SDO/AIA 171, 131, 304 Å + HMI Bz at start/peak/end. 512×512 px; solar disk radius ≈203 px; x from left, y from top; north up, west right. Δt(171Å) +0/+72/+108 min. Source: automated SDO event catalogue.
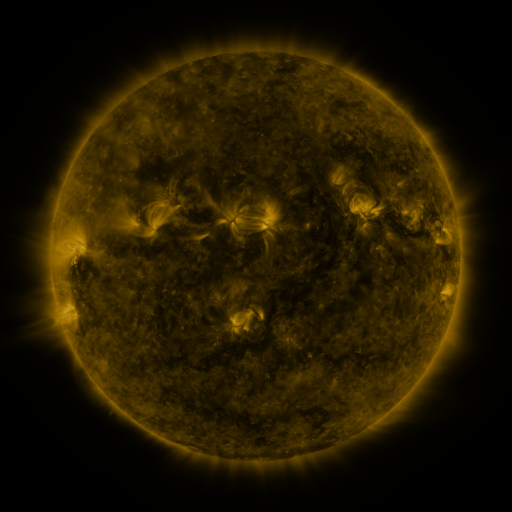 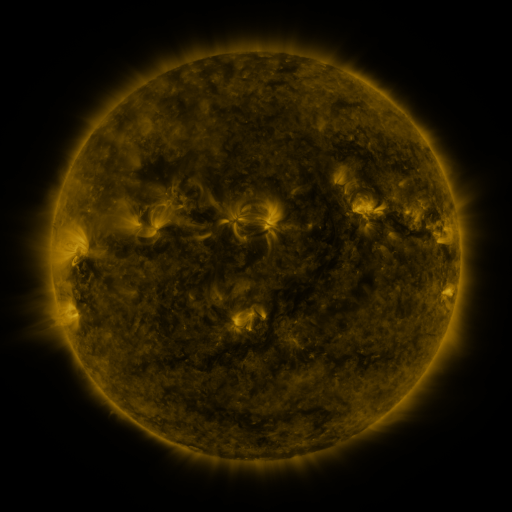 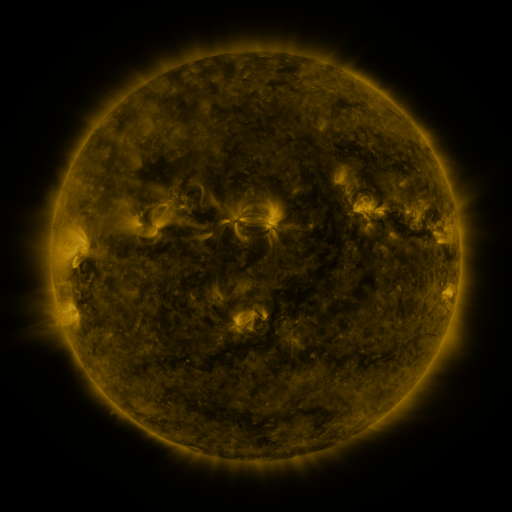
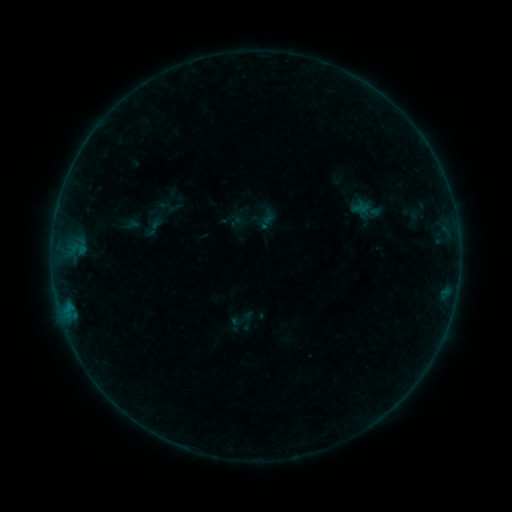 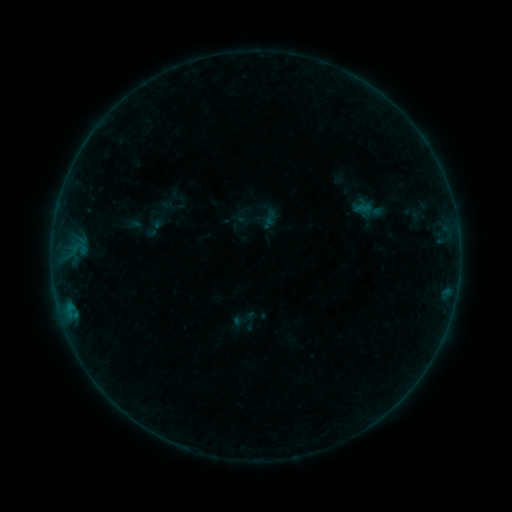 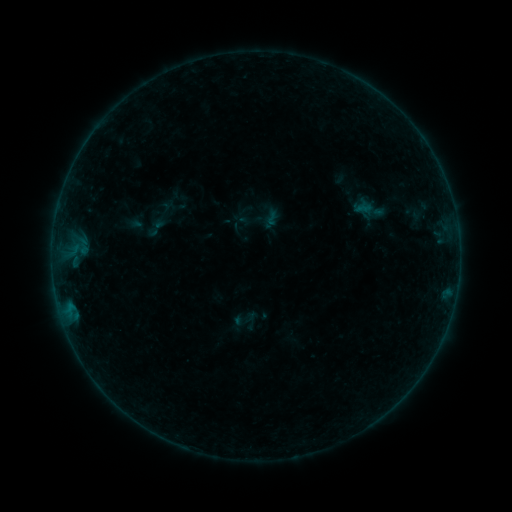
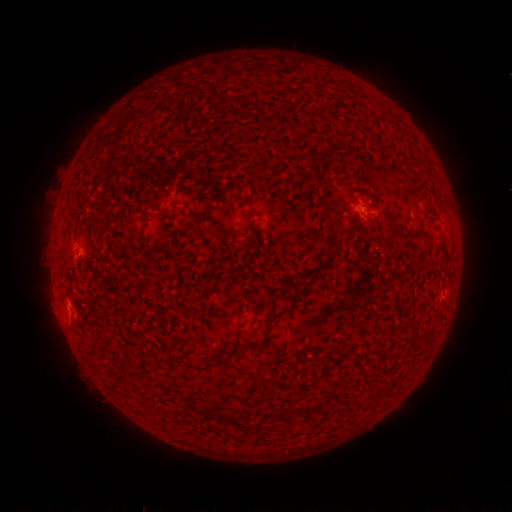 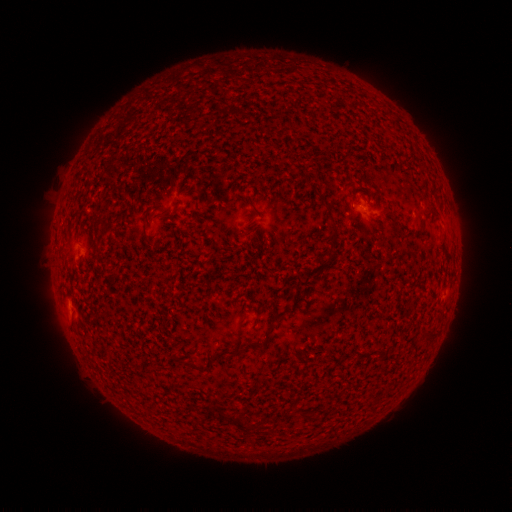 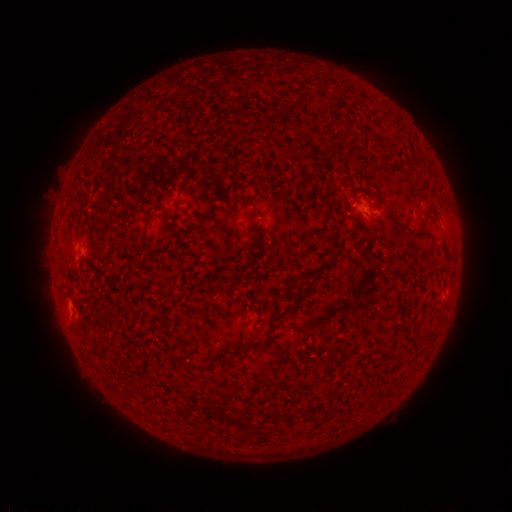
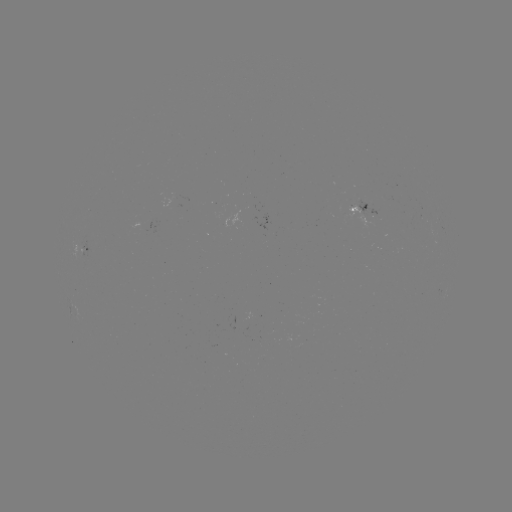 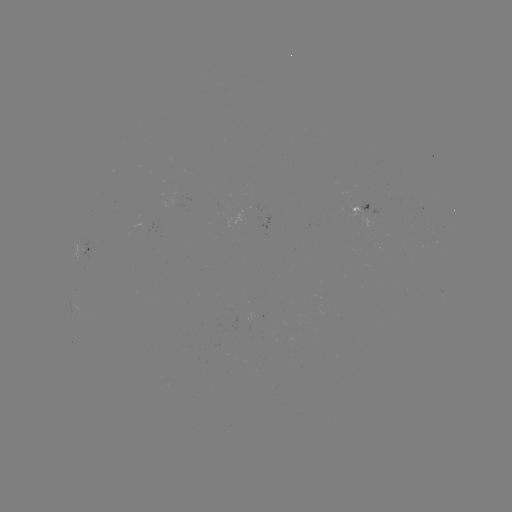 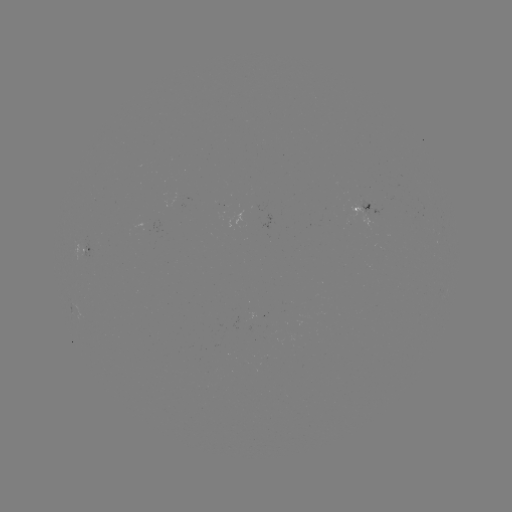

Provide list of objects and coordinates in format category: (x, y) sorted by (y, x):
emerging-flux region: (85, 248)
